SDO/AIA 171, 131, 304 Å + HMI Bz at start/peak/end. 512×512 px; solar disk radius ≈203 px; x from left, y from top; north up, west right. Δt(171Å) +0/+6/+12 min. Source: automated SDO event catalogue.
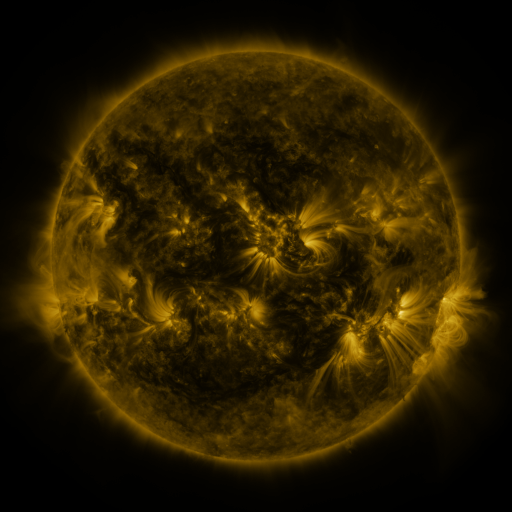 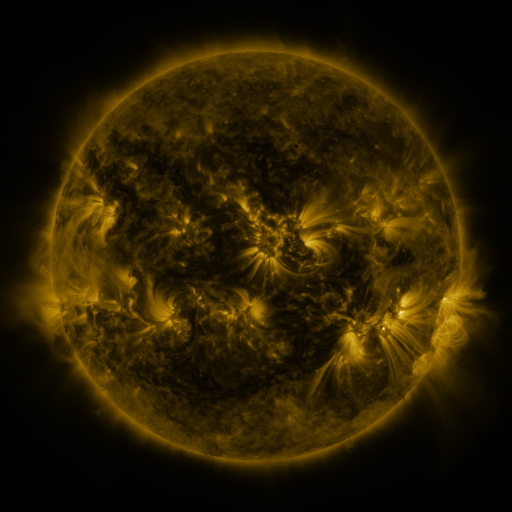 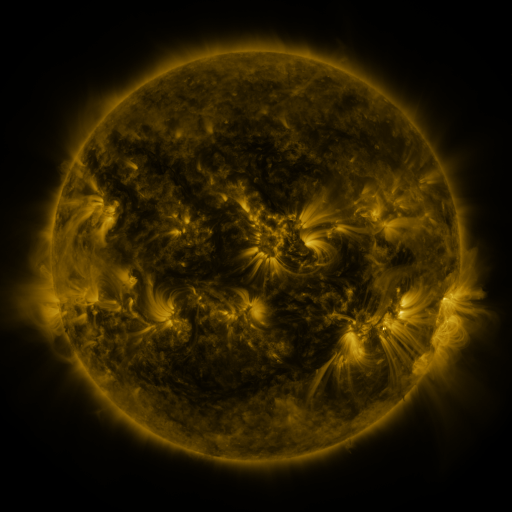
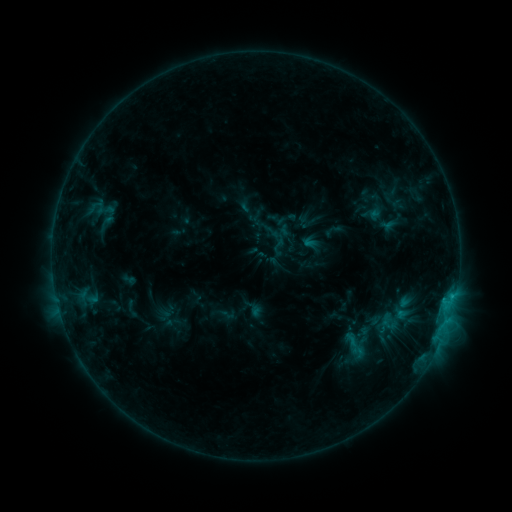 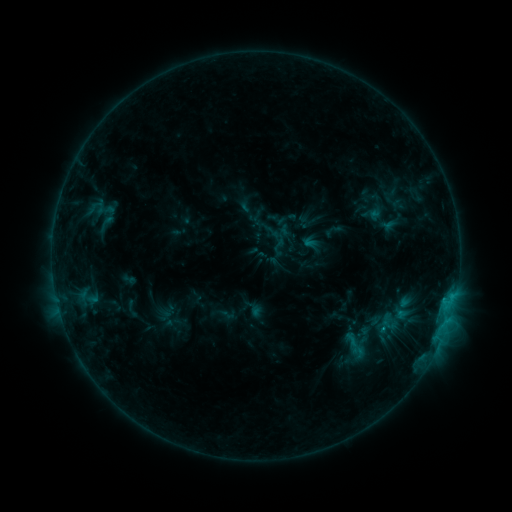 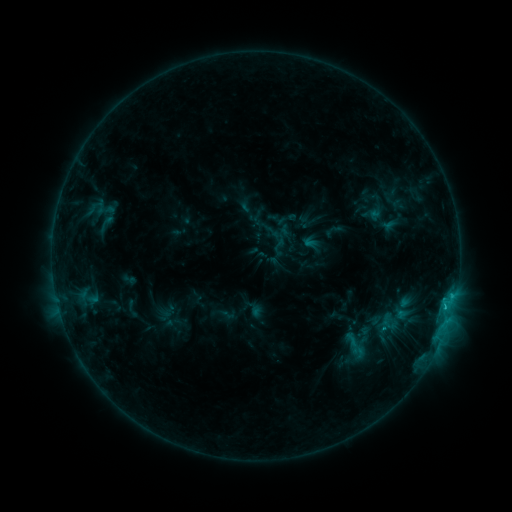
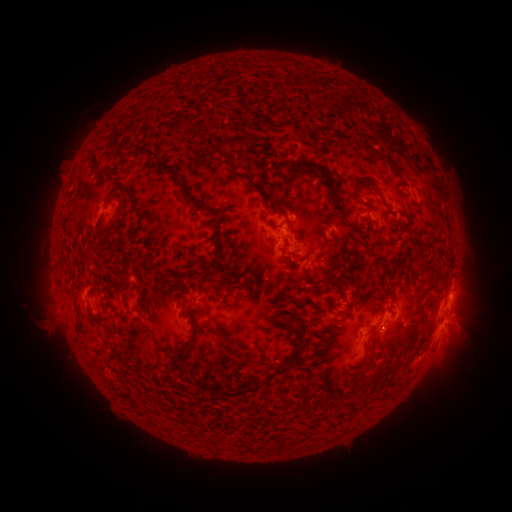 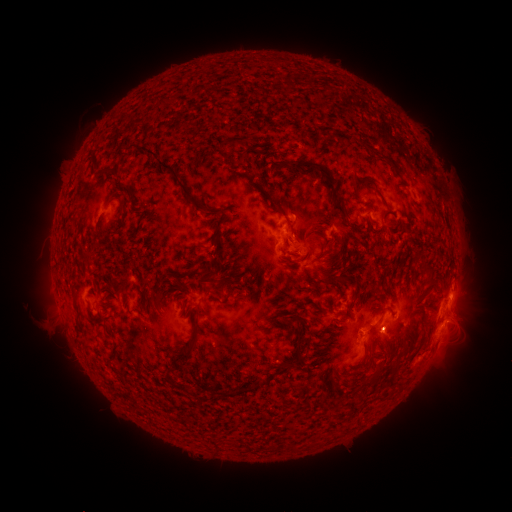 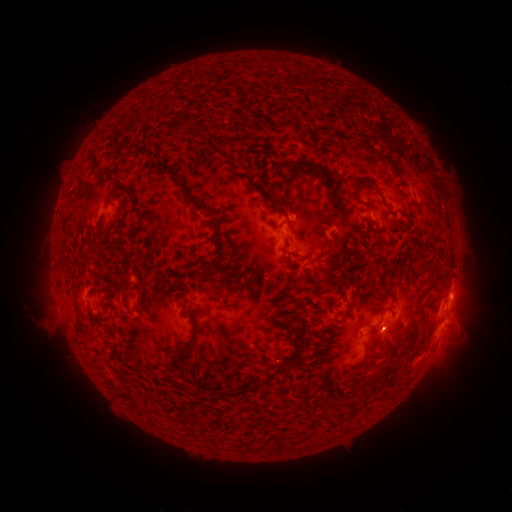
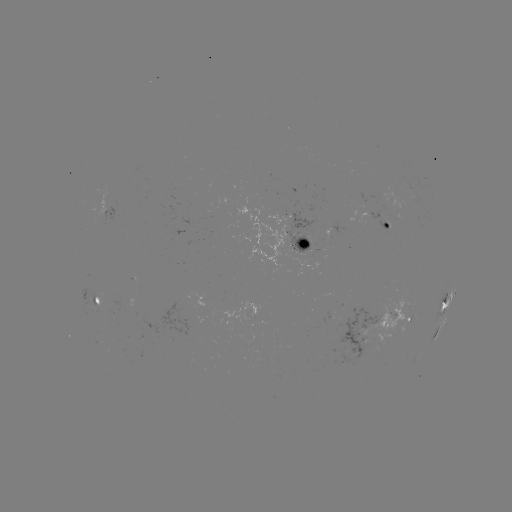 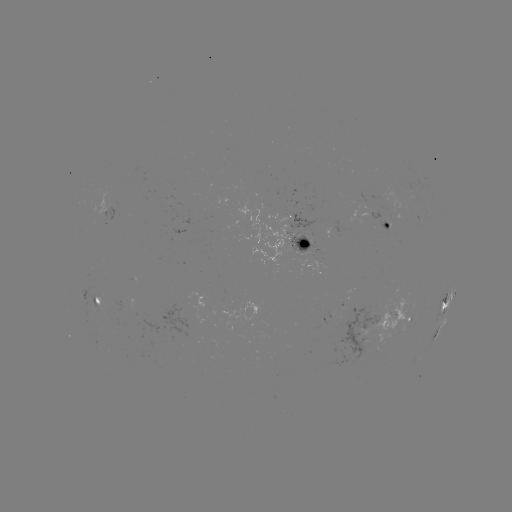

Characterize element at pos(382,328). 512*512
C1.1 flare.